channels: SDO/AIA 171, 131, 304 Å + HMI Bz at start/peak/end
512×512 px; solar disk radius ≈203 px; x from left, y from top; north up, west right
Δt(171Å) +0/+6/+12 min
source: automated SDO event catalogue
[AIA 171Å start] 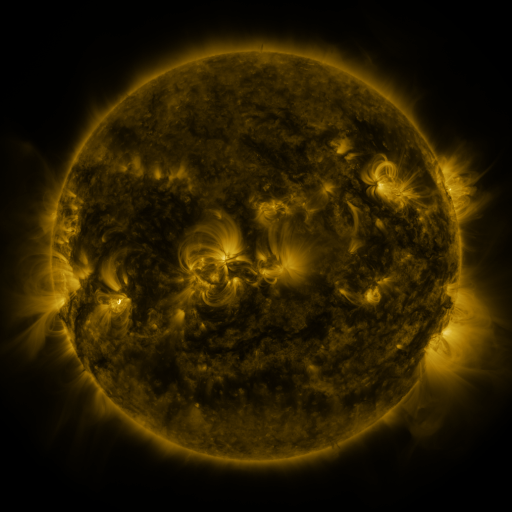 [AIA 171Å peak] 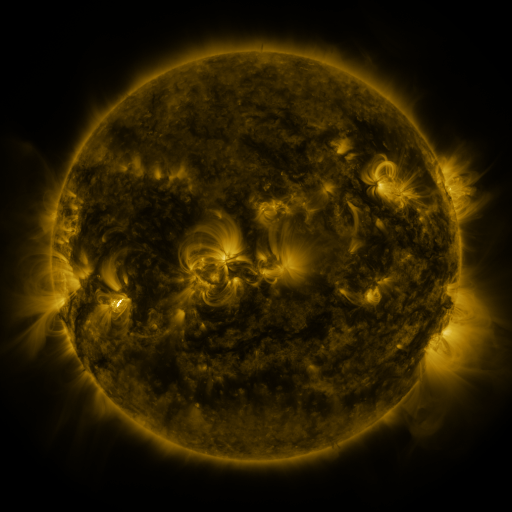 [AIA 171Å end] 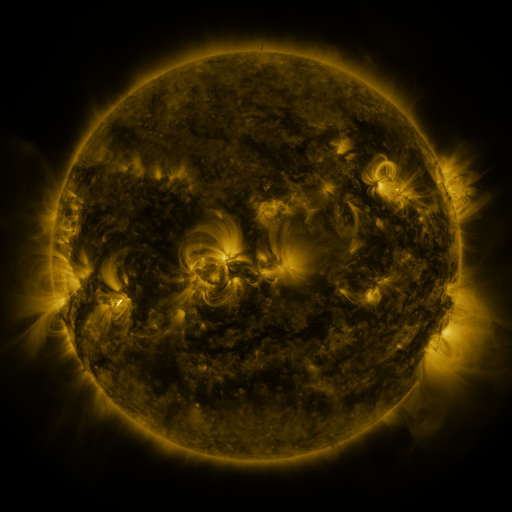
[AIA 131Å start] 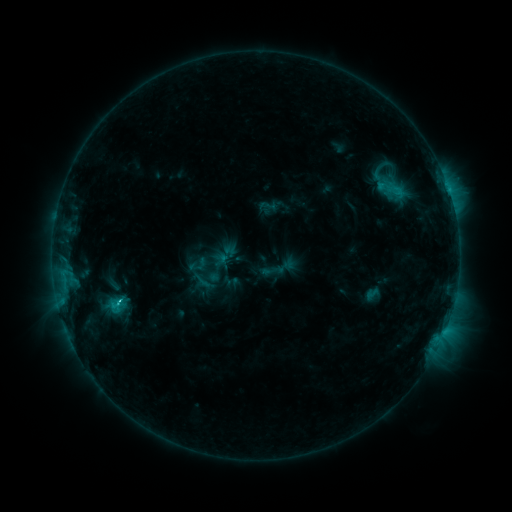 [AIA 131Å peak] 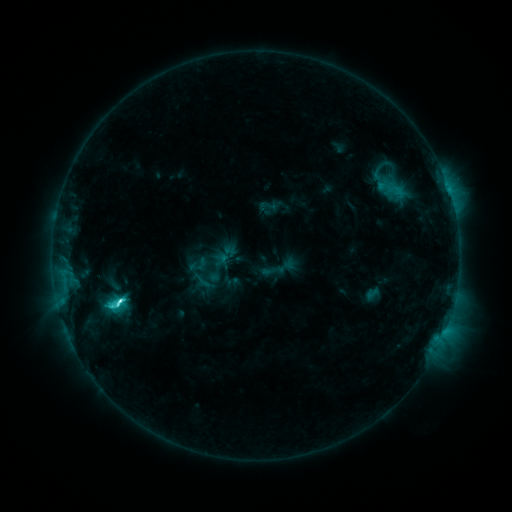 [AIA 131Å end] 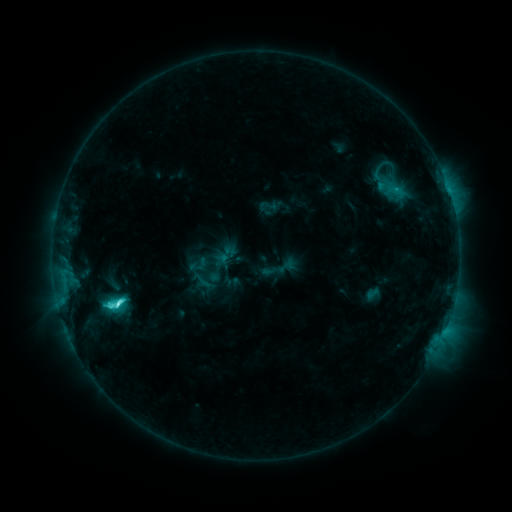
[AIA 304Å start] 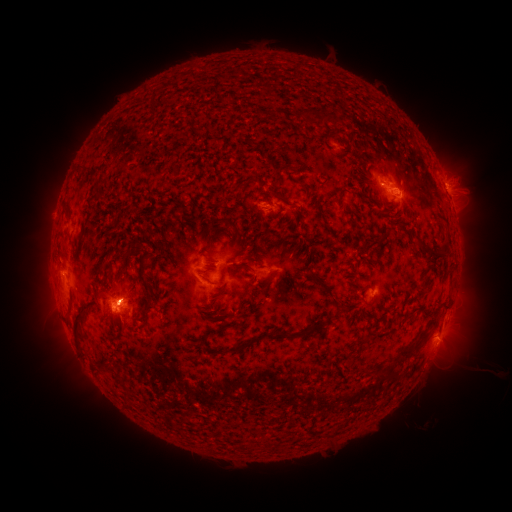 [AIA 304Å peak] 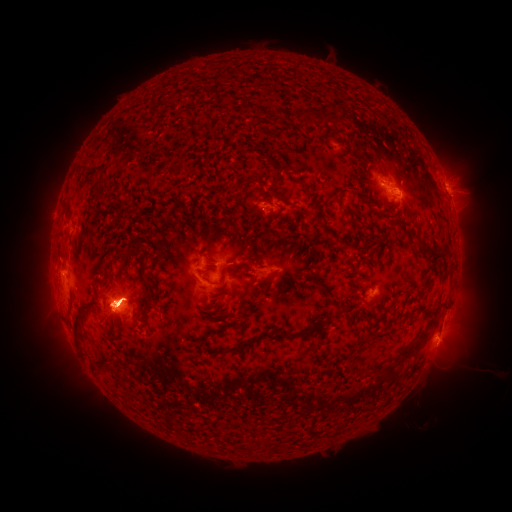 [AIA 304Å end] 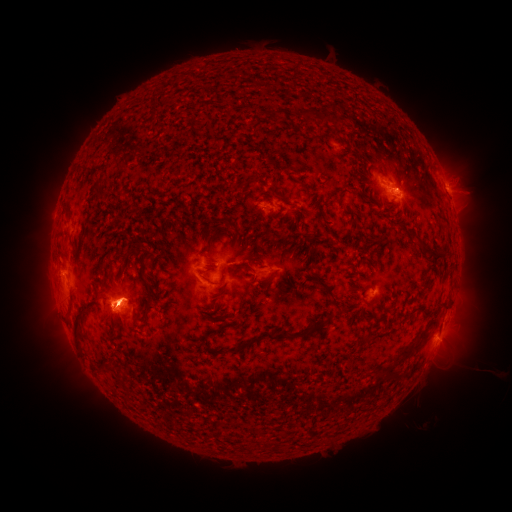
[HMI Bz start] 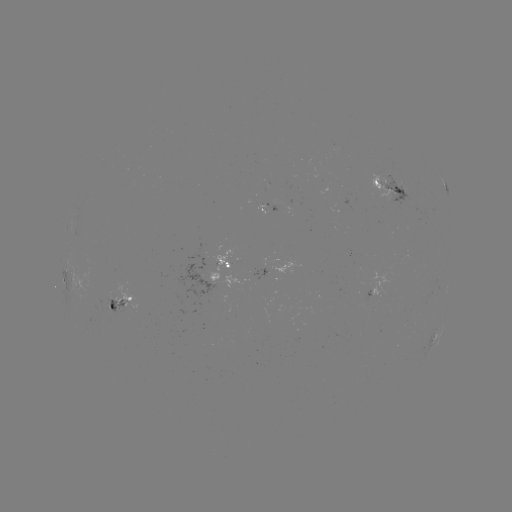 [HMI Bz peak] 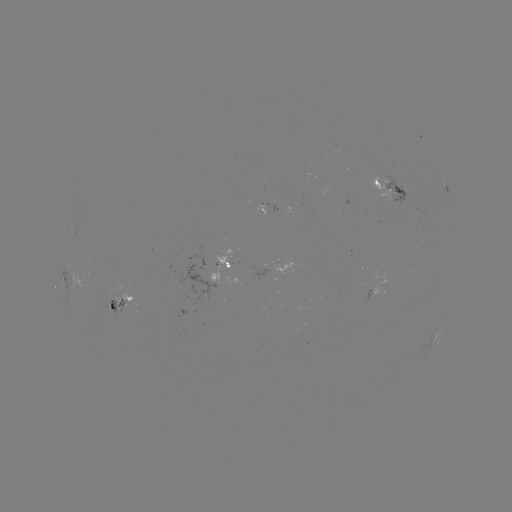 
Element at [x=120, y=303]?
eruption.